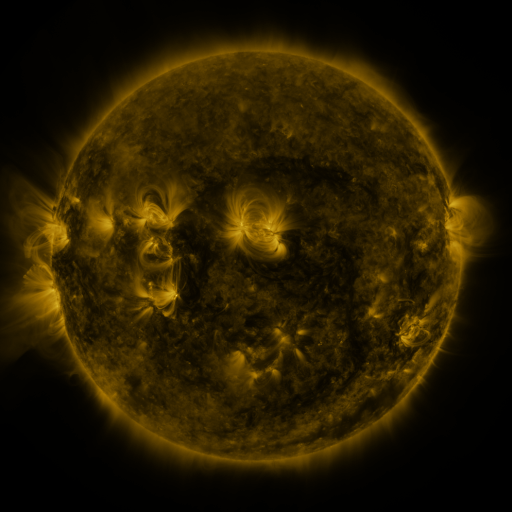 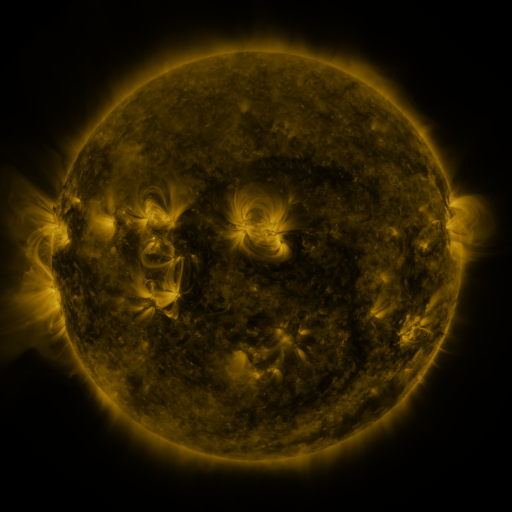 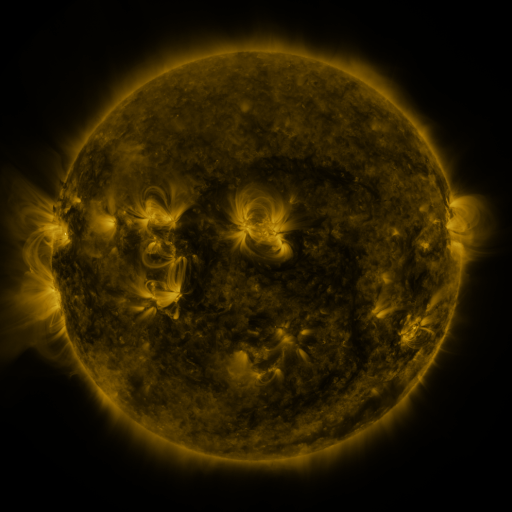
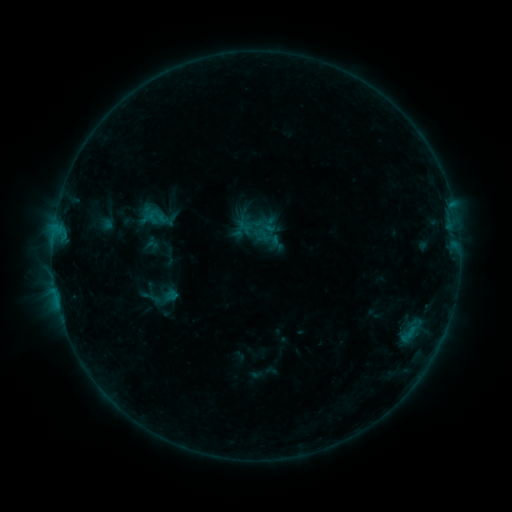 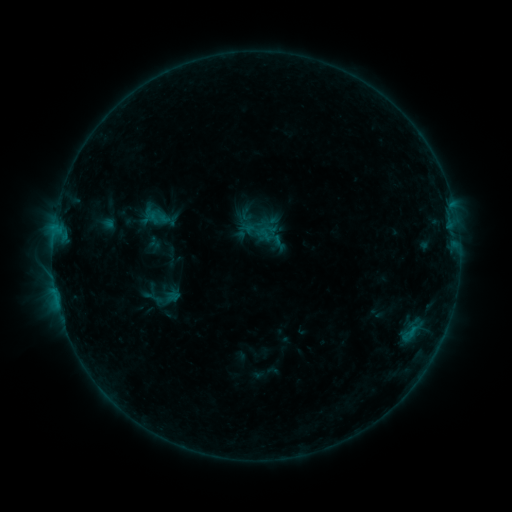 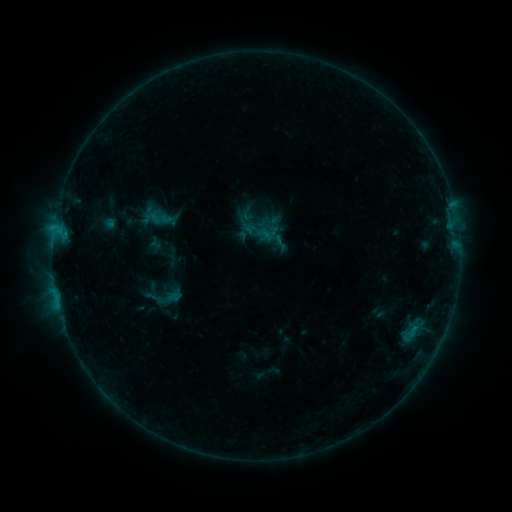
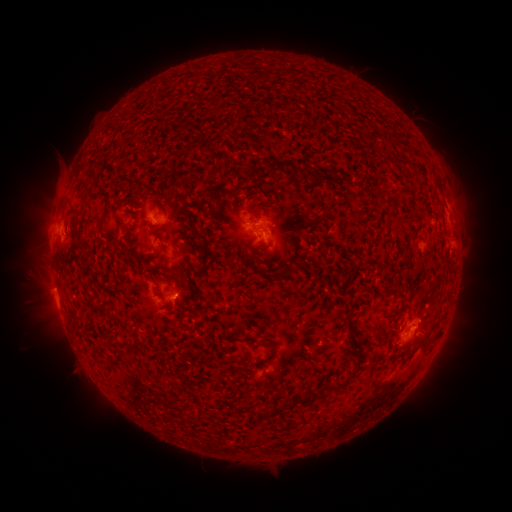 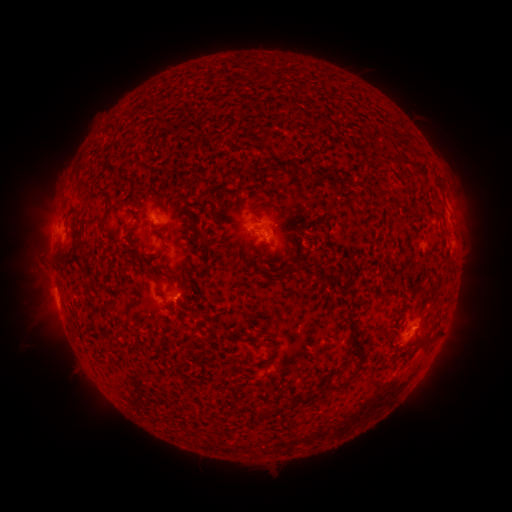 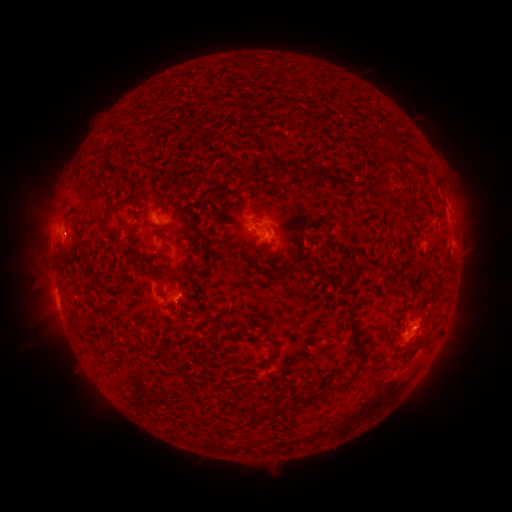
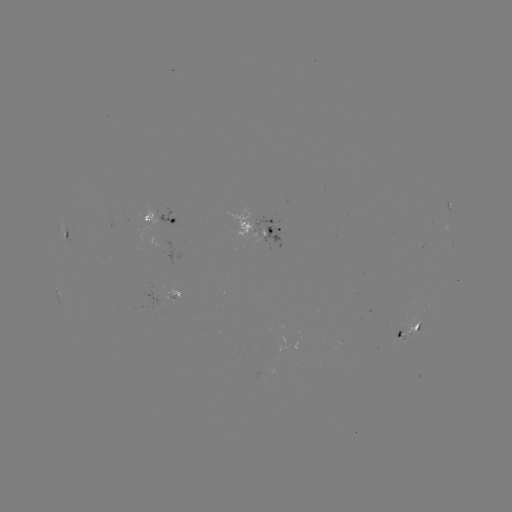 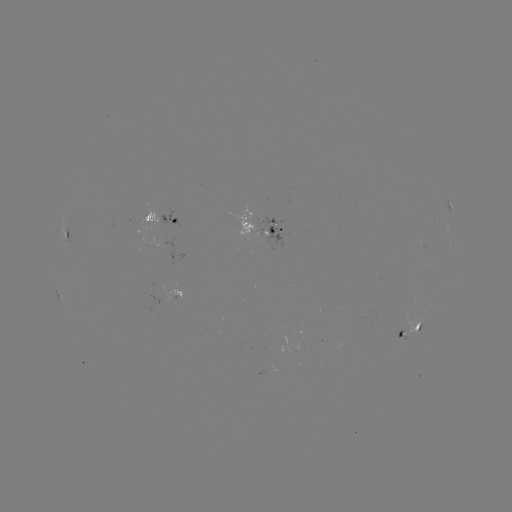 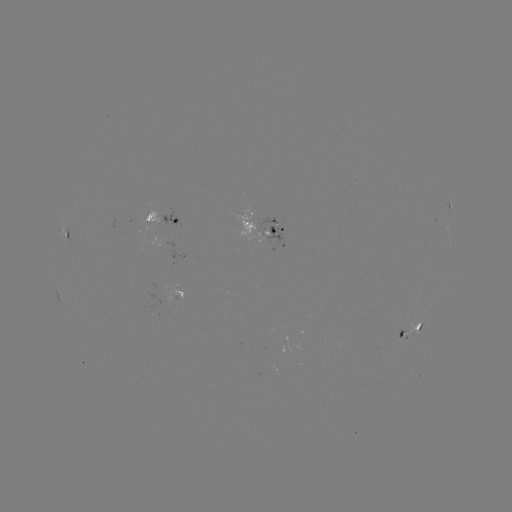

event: emerging-flux region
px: (400, 339)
